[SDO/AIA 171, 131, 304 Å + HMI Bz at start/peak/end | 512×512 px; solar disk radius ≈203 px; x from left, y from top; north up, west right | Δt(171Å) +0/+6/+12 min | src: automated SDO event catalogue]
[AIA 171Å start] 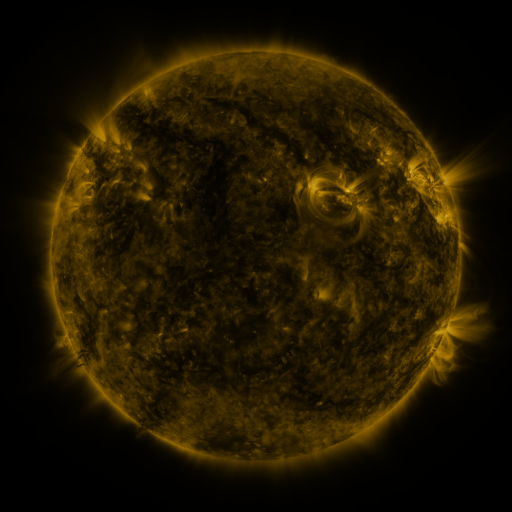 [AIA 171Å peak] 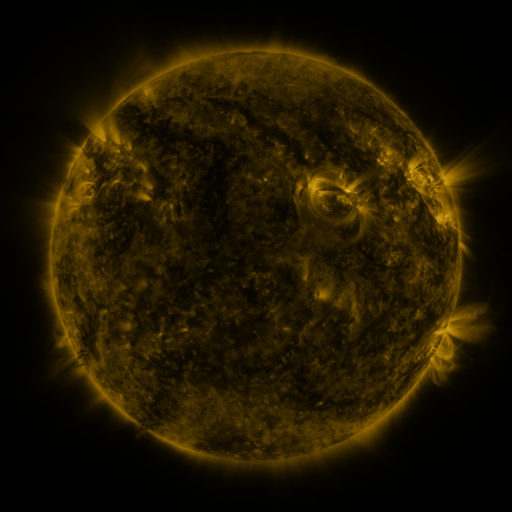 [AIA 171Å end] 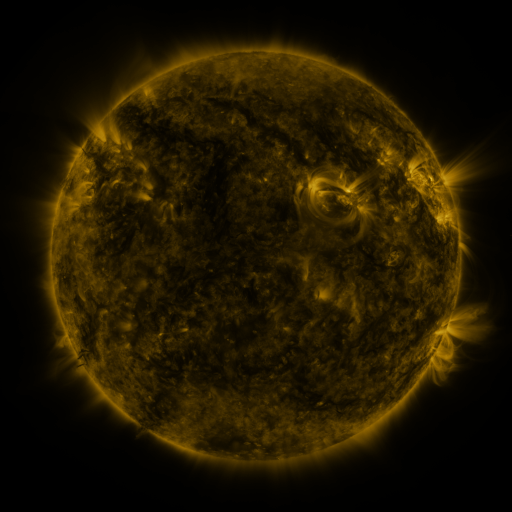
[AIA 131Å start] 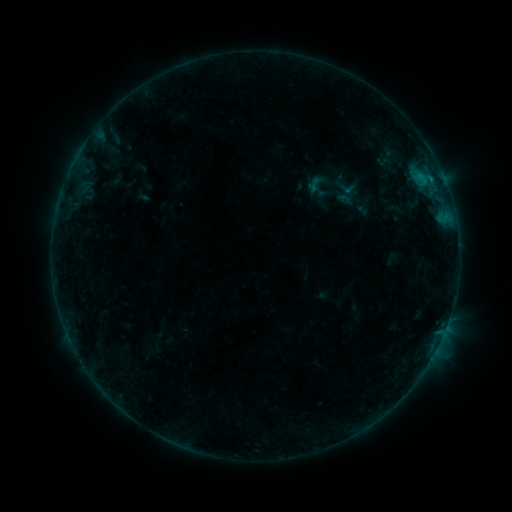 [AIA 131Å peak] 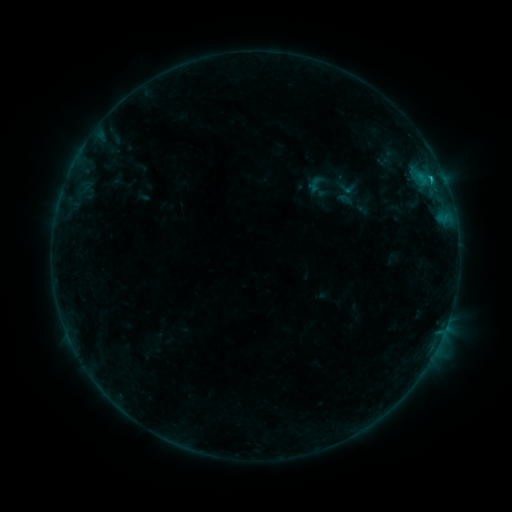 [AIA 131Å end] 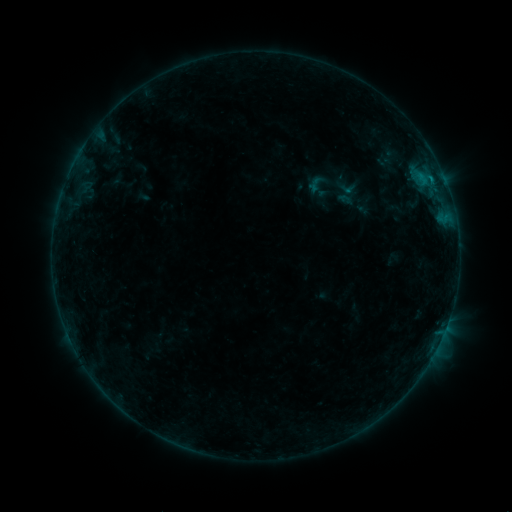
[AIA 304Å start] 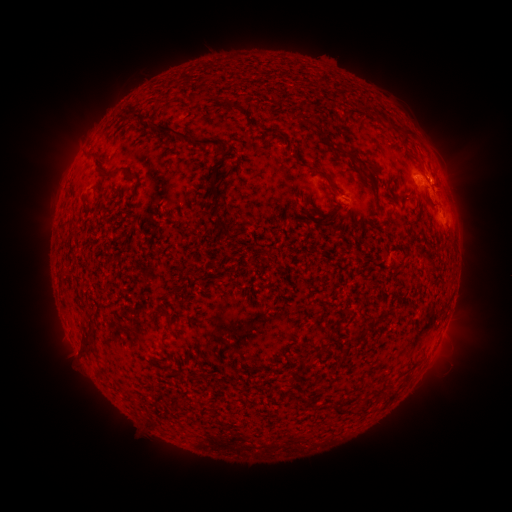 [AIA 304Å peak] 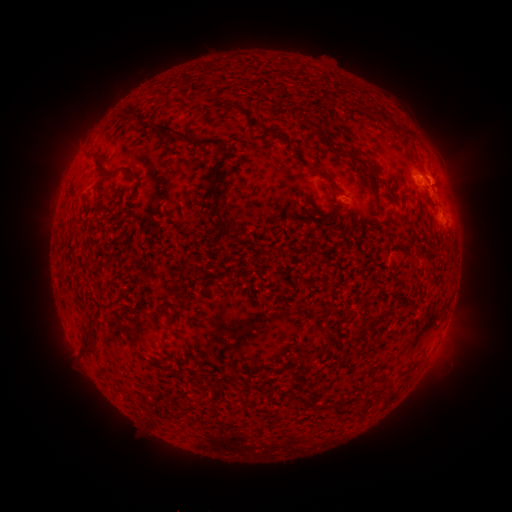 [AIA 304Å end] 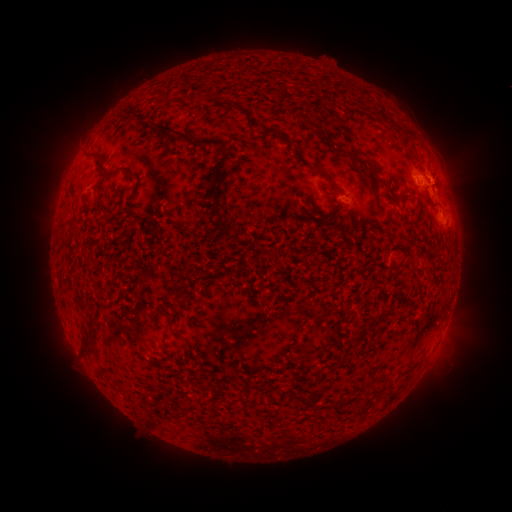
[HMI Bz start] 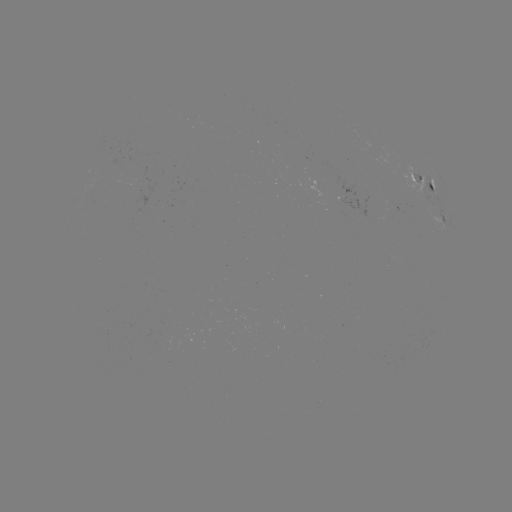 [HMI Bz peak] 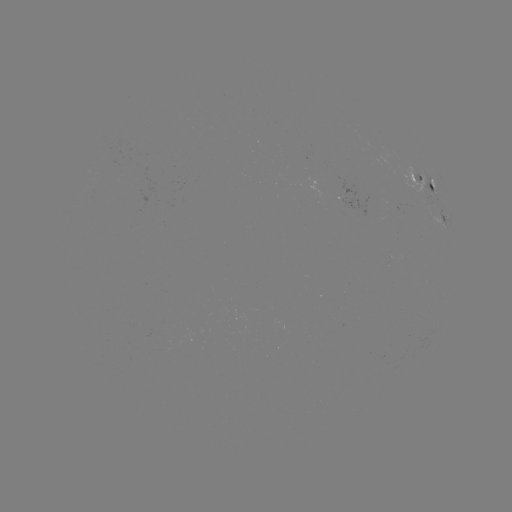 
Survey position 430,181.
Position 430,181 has B5.2 flare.